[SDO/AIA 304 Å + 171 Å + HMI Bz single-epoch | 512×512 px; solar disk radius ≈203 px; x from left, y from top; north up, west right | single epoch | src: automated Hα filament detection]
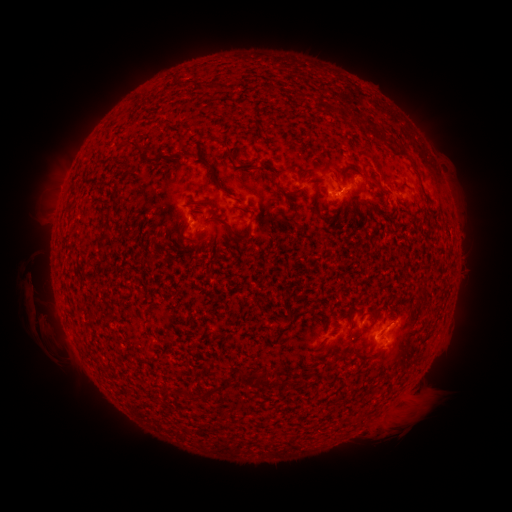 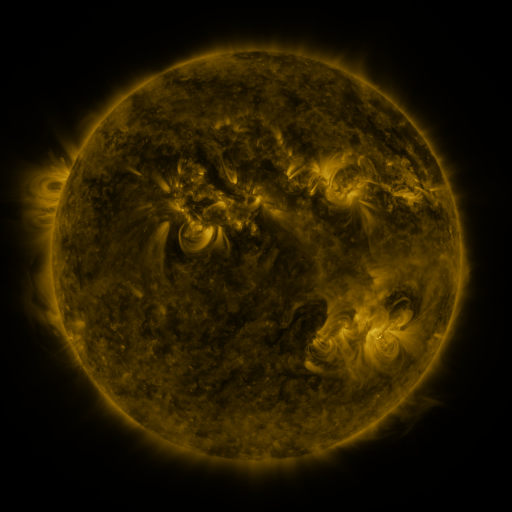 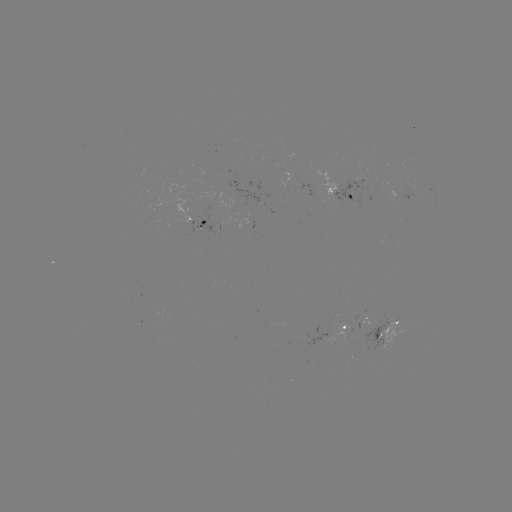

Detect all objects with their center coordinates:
filament: (332, 108)
filament: (384, 141)
filament: (133, 143)
filament: (227, 147)
filament: (220, 186)
filament: (110, 208)
filament: (250, 220)
filament: (230, 230)
filament: (105, 236)
filament: (376, 317)
filament: (242, 378)
